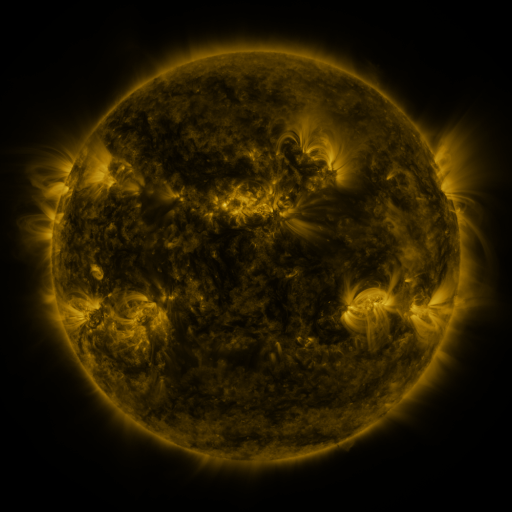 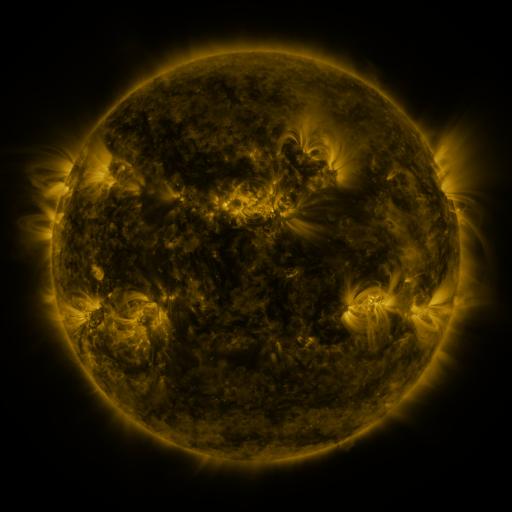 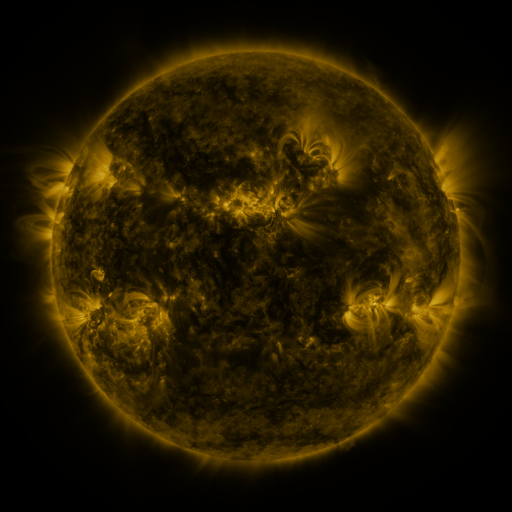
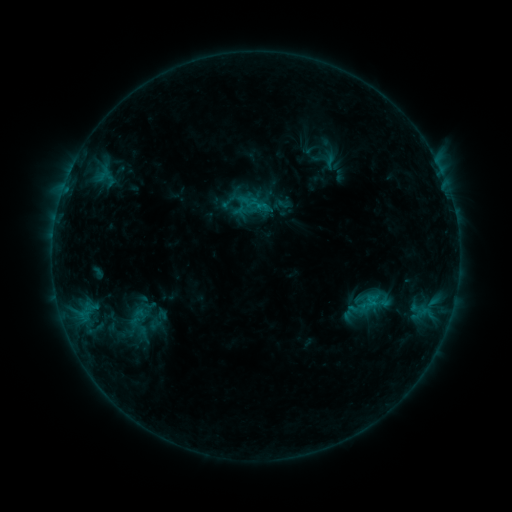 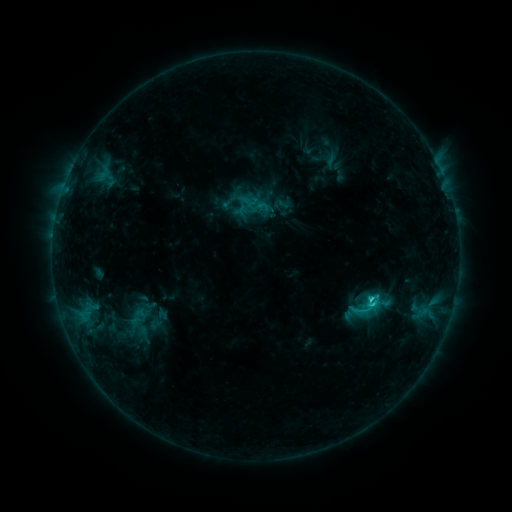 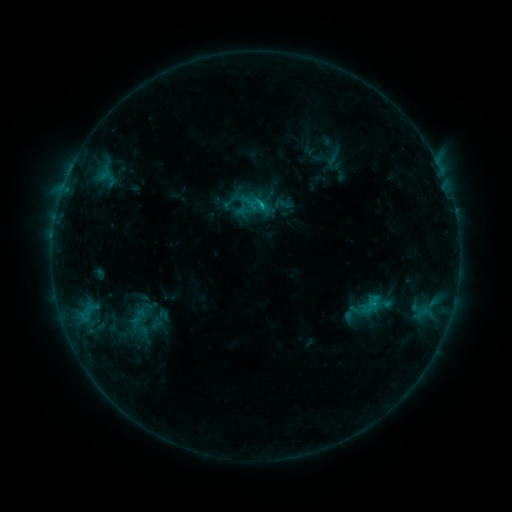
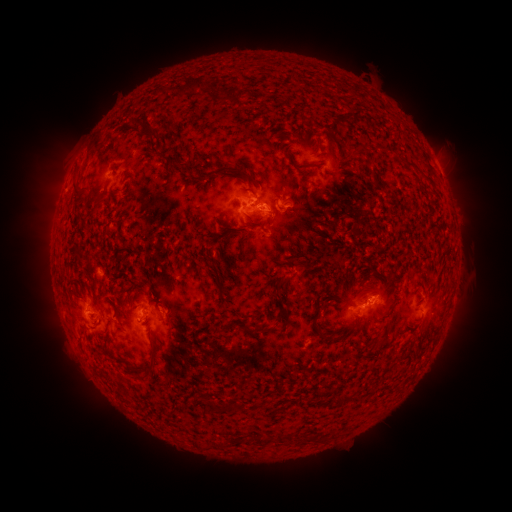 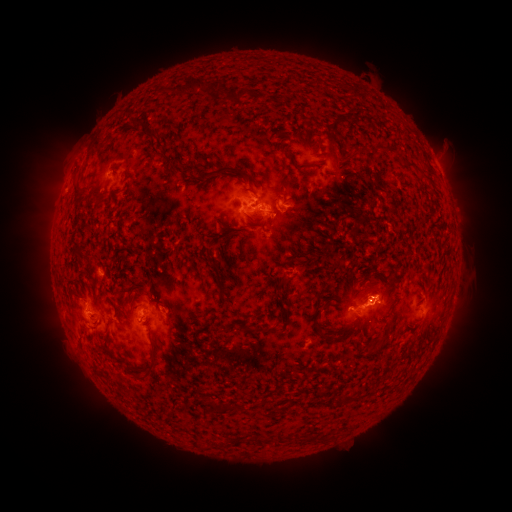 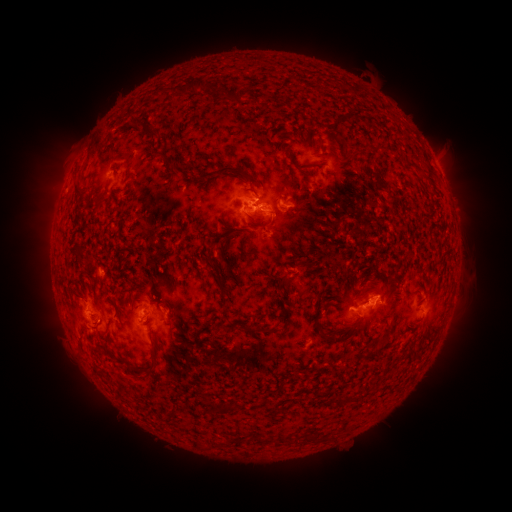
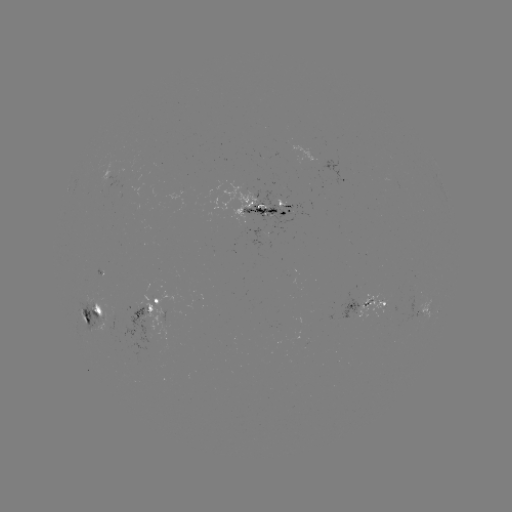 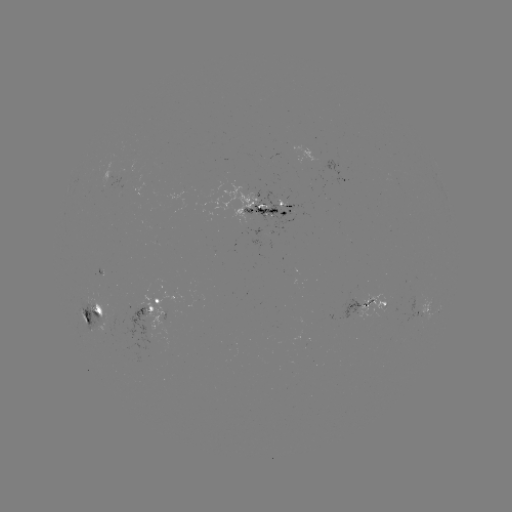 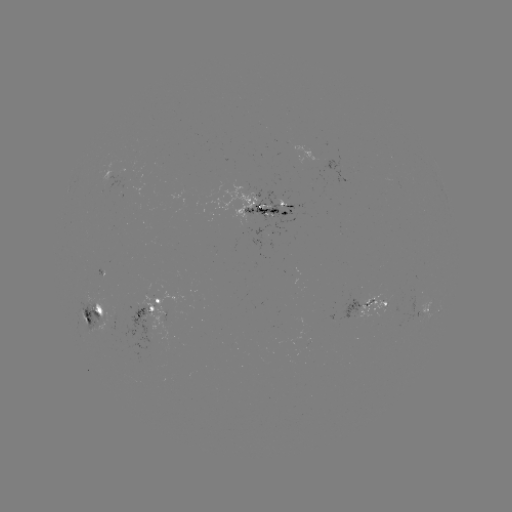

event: flare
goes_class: C2.3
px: (368, 296)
